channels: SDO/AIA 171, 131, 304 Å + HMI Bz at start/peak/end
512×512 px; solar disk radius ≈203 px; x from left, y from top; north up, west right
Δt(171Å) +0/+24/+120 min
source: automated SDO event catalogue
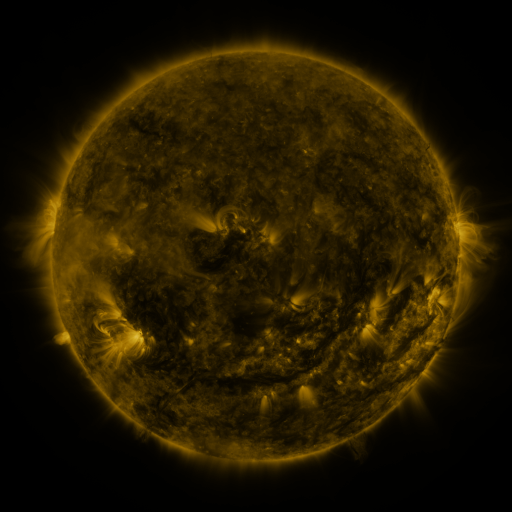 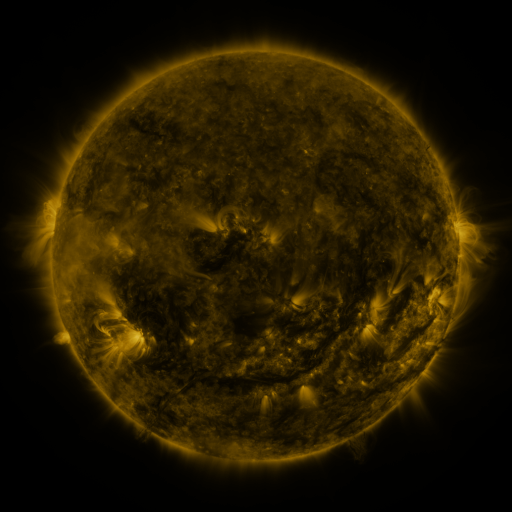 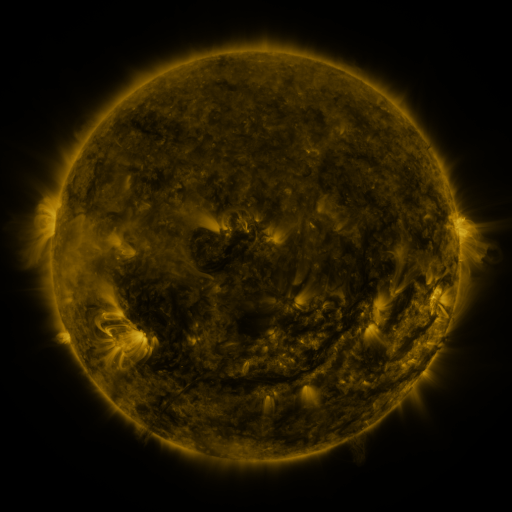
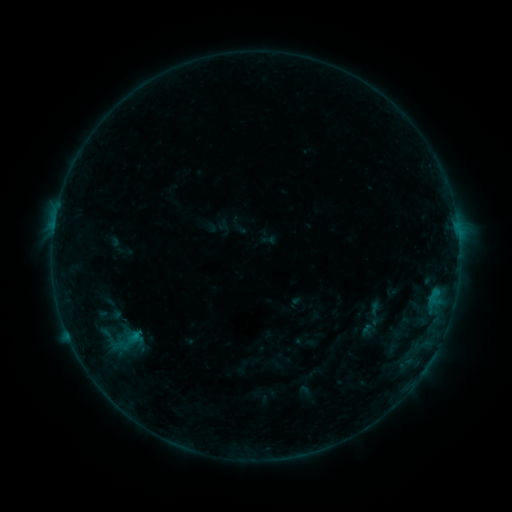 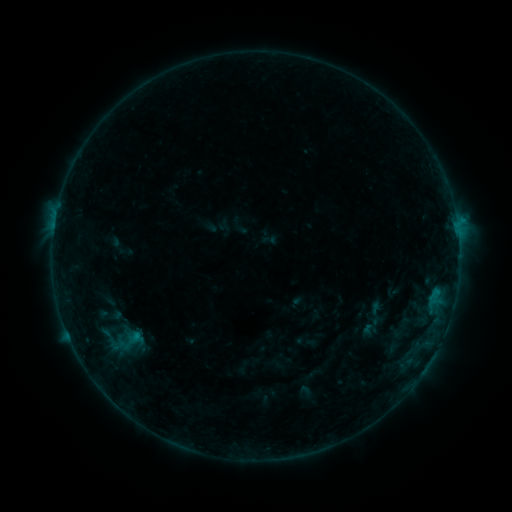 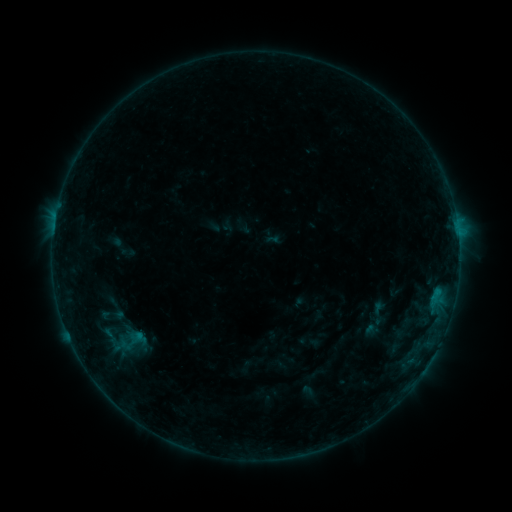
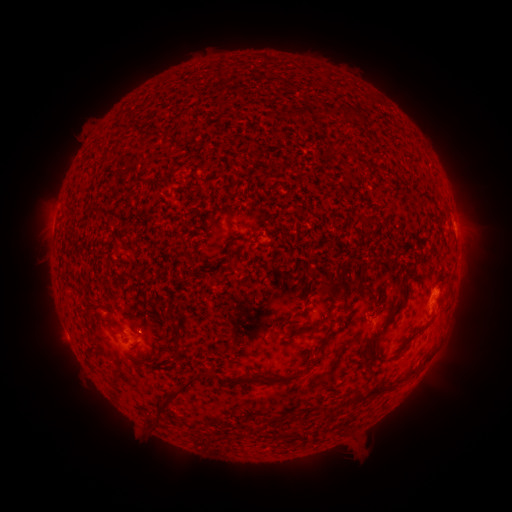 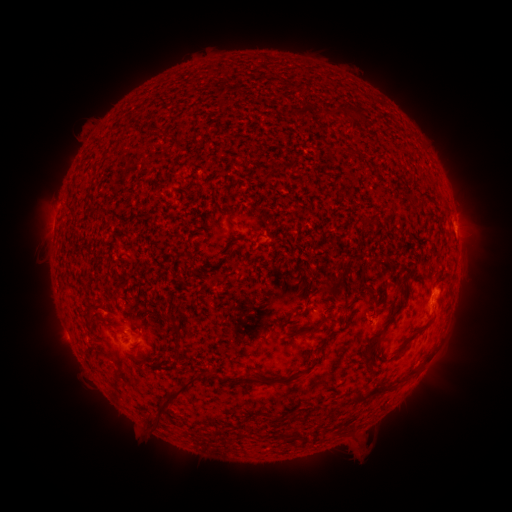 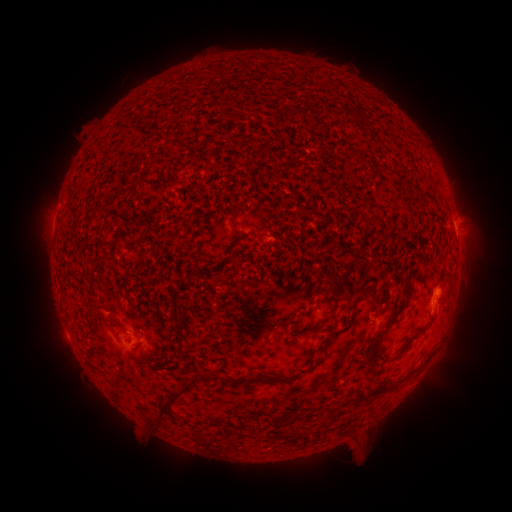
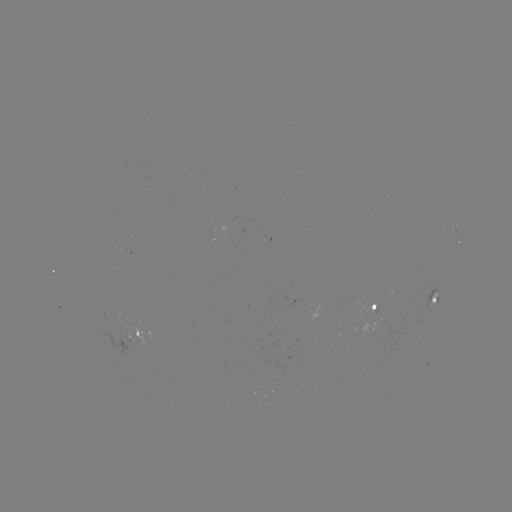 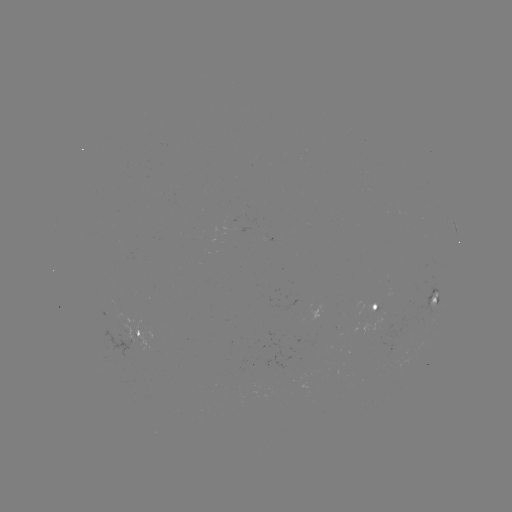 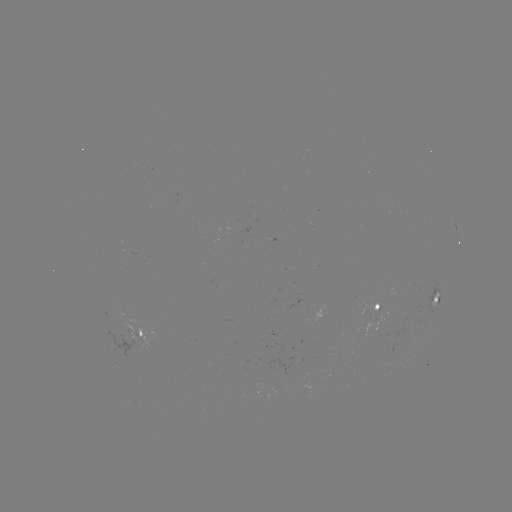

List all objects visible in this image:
B5.3 flare: (456, 224)
